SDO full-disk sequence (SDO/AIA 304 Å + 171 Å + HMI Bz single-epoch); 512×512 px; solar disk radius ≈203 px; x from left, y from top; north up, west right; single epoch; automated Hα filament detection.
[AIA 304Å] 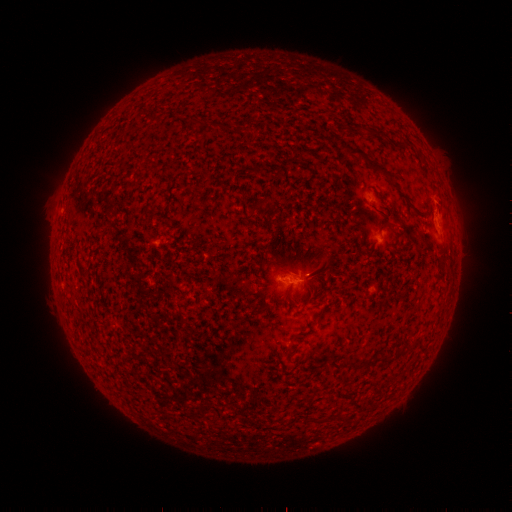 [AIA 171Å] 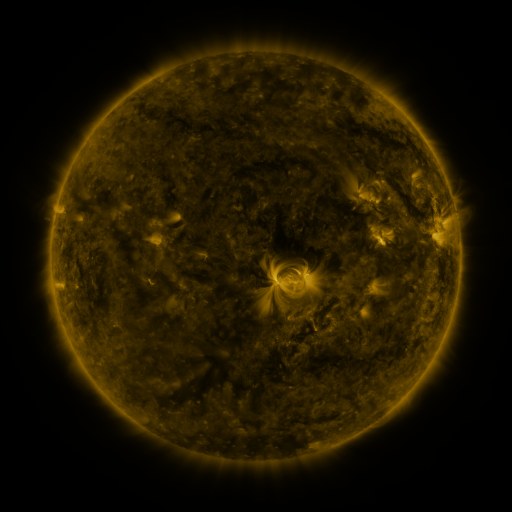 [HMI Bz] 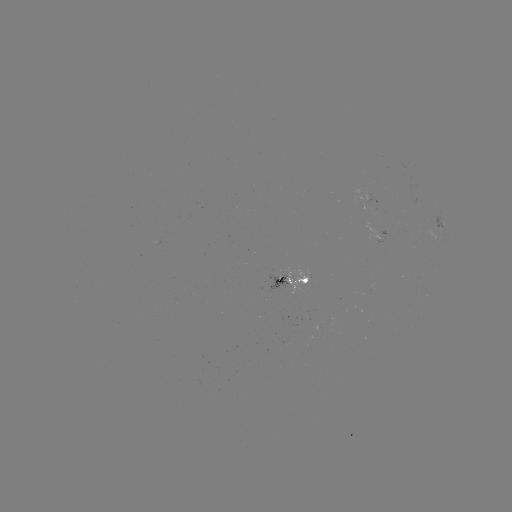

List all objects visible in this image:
filament: (200, 120)
filament: (226, 126)
filament: (377, 169)
filament: (412, 208)
filament: (315, 274)
filament: (374, 358)
filament: (352, 365)
